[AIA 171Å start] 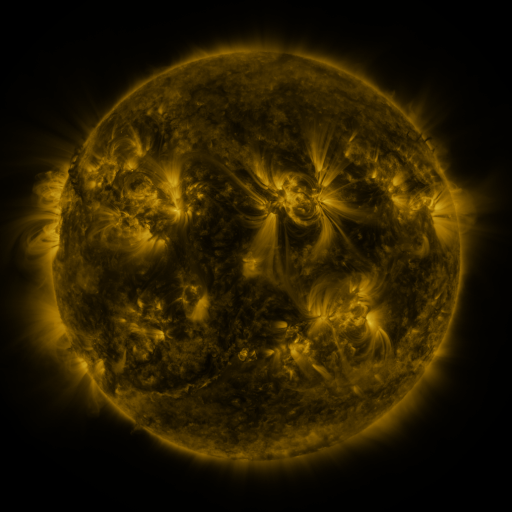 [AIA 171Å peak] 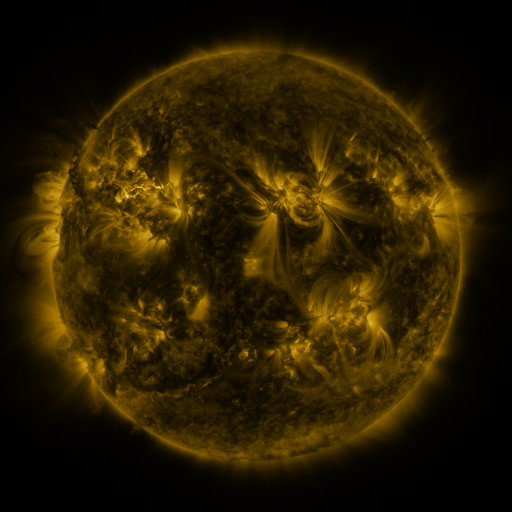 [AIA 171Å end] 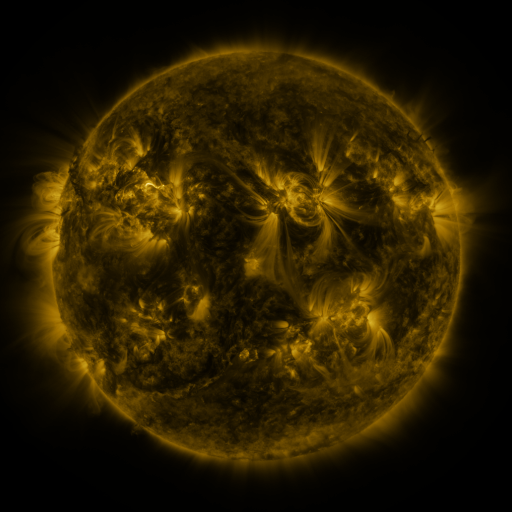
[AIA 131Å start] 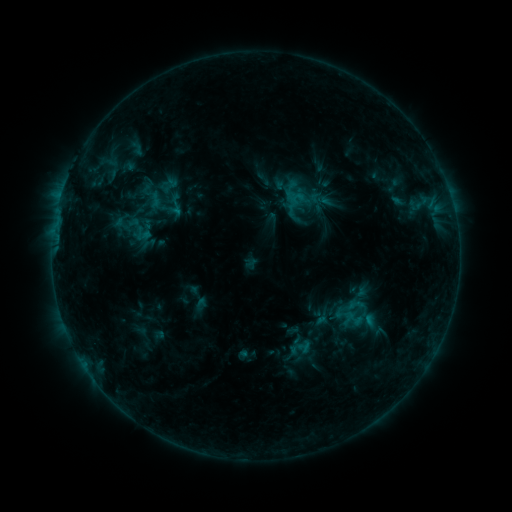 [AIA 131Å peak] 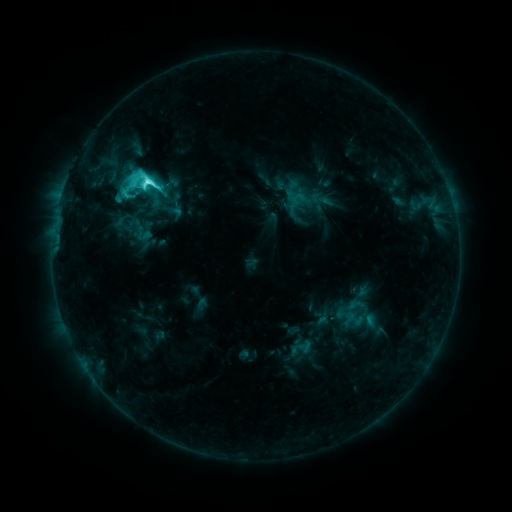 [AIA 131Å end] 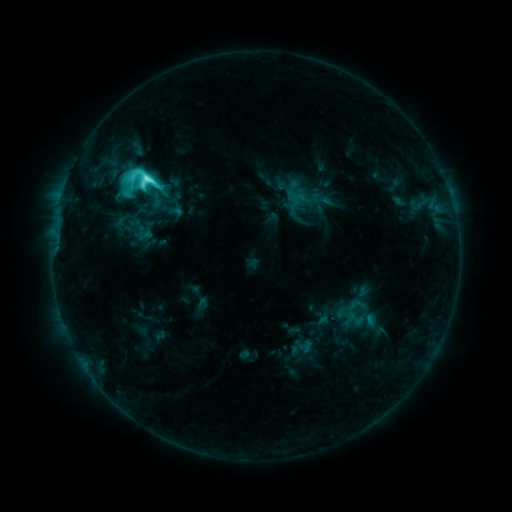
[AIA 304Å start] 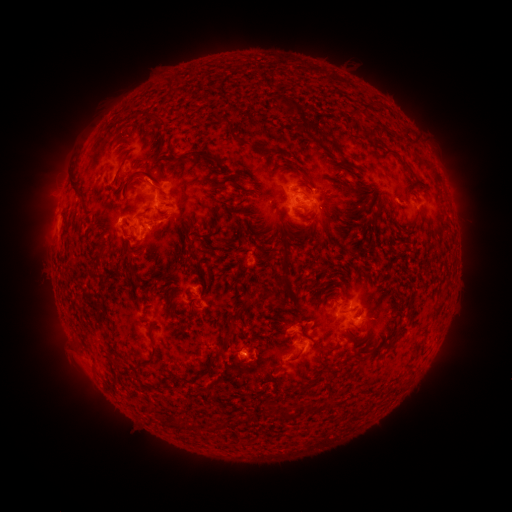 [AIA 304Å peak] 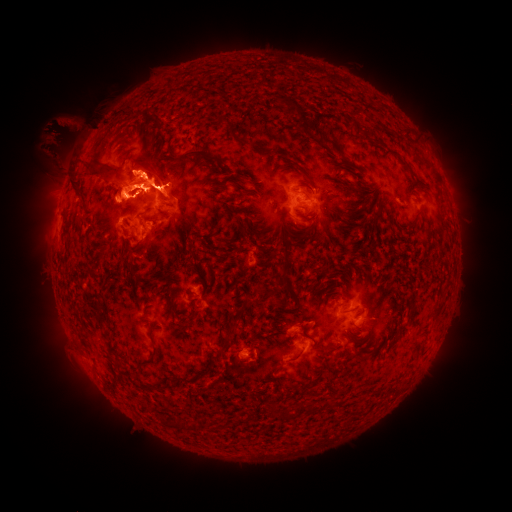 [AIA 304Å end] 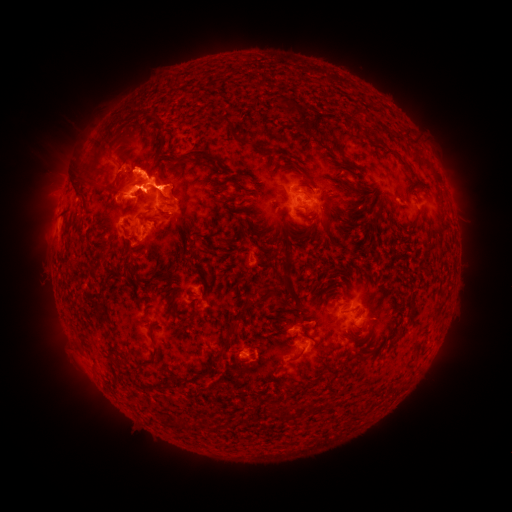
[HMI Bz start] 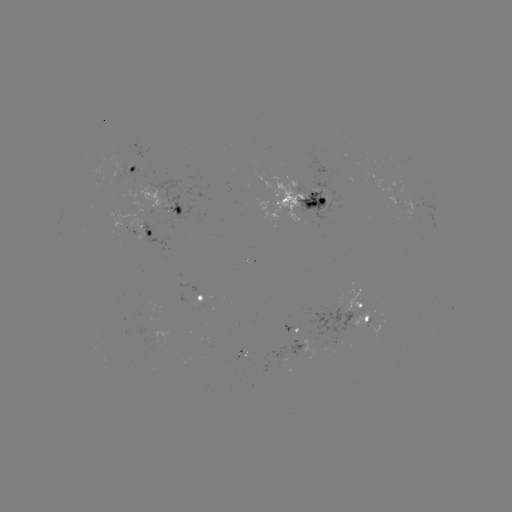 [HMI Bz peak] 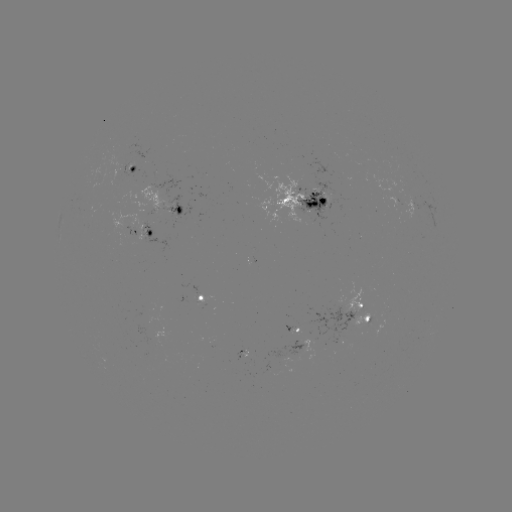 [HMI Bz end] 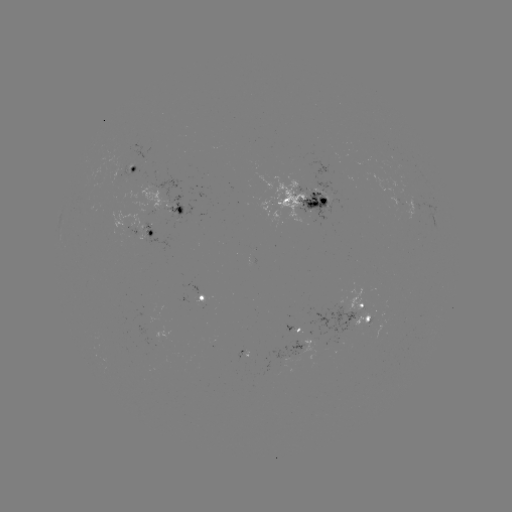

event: eruption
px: (109, 169)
